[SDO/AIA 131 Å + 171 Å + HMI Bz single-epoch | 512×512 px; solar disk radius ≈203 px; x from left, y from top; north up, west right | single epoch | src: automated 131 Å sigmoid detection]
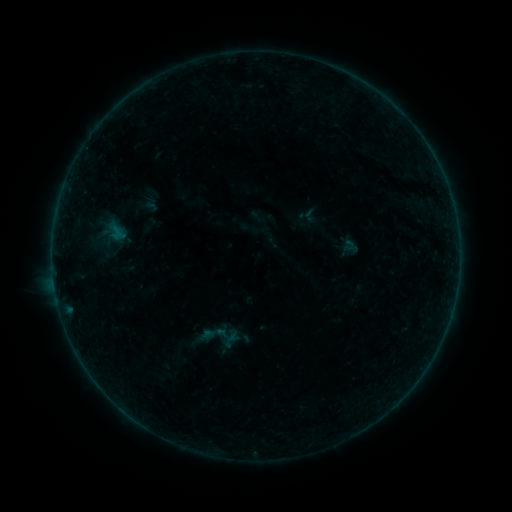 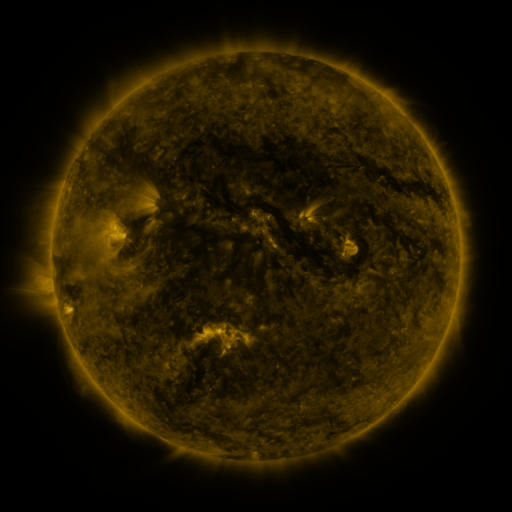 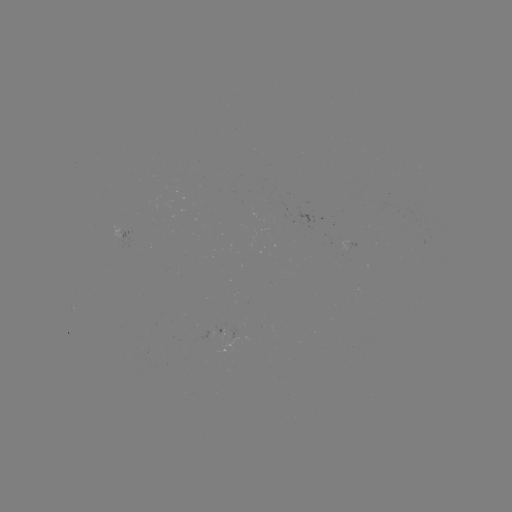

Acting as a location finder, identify sigmoid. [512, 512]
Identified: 214,334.